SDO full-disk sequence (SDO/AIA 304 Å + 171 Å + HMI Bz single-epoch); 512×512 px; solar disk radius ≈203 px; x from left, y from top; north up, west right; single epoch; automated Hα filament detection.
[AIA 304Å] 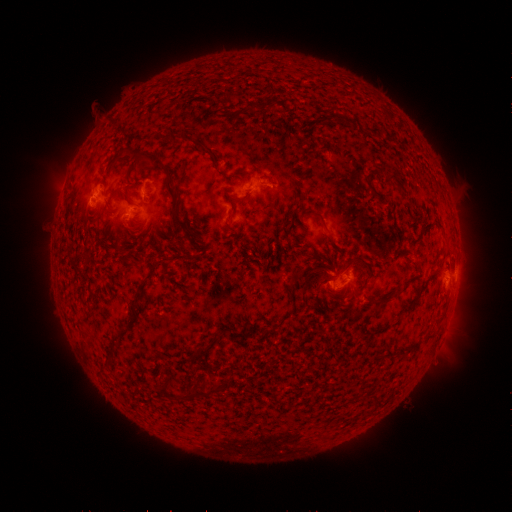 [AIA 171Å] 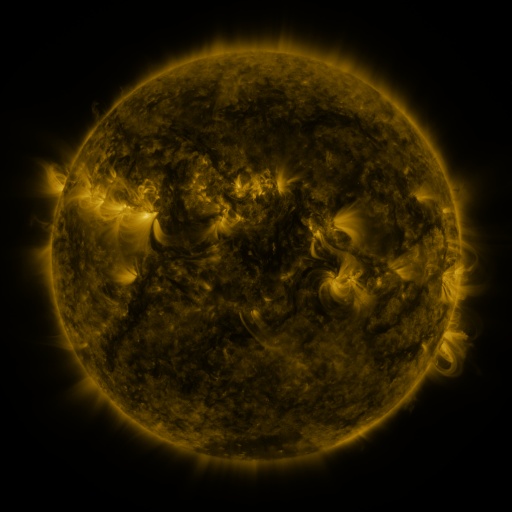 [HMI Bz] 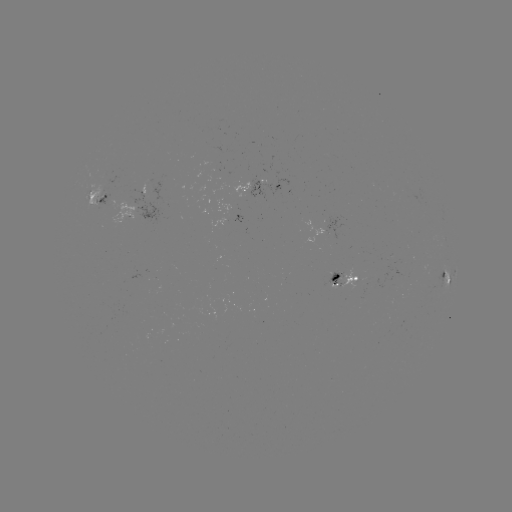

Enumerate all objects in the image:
filament: (260, 107)
filament: (192, 140)
filament: (163, 164)
filament: (399, 180)
filament: (372, 185)
filament: (241, 199)
filament: (182, 222)
filament: (325, 222)
filament: (330, 268)
filament: (372, 272)
filament: (153, 274)
filament: (337, 277)
filament: (385, 300)
filament: (137, 311)
filament: (233, 332)
filament: (208, 350)
filament: (167, 386)
filament: (206, 394)
filament: (377, 399)
